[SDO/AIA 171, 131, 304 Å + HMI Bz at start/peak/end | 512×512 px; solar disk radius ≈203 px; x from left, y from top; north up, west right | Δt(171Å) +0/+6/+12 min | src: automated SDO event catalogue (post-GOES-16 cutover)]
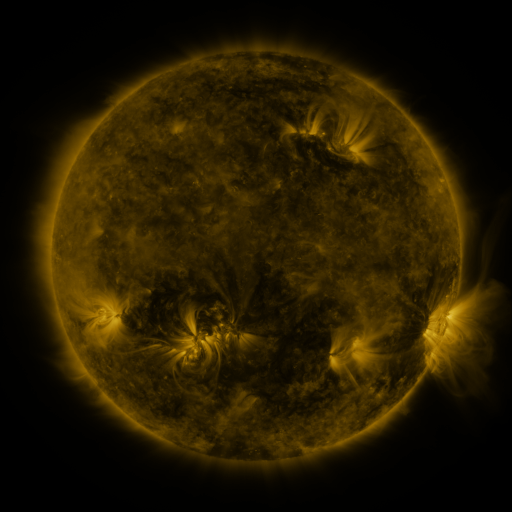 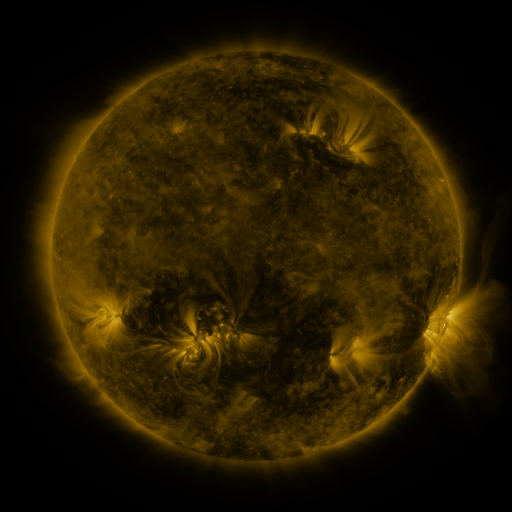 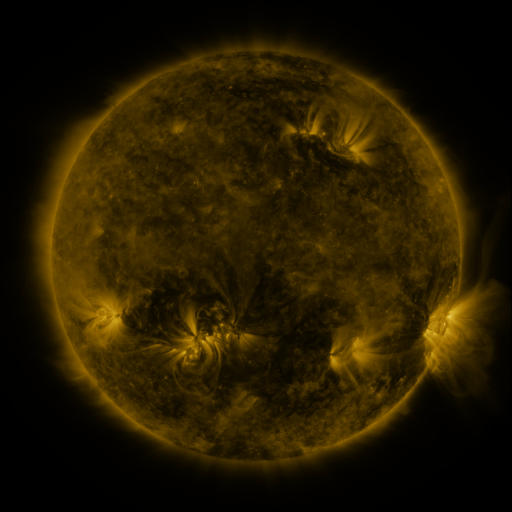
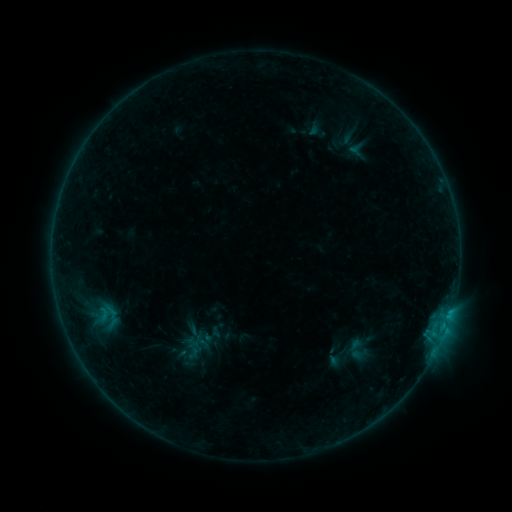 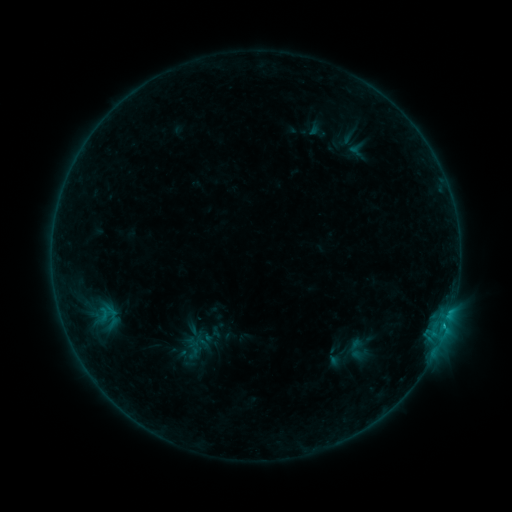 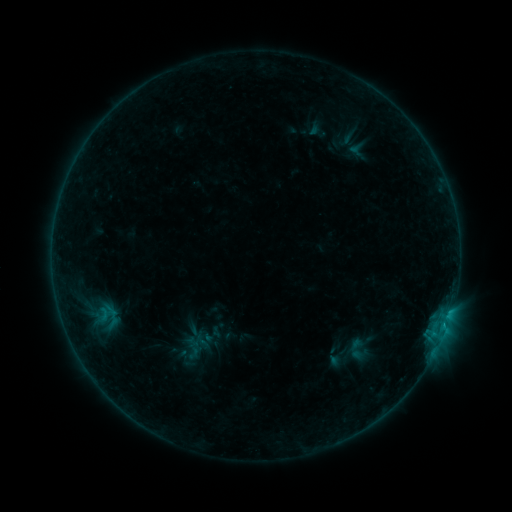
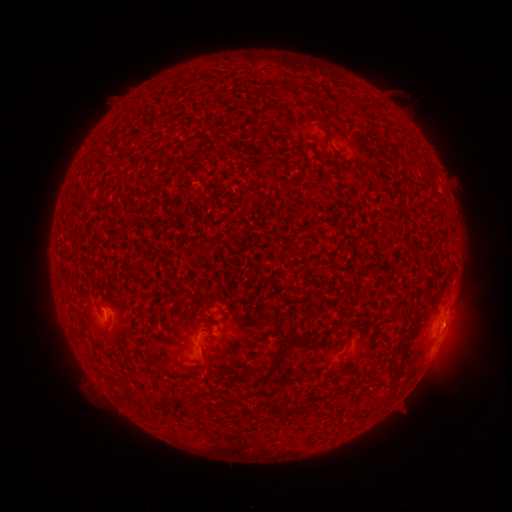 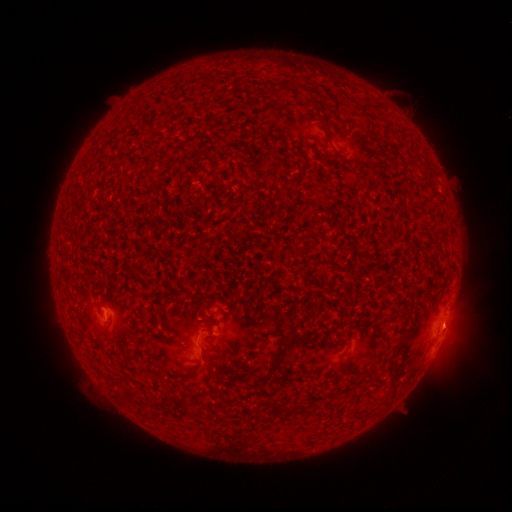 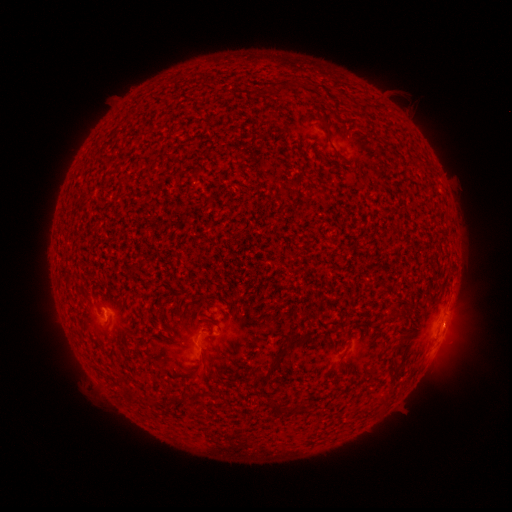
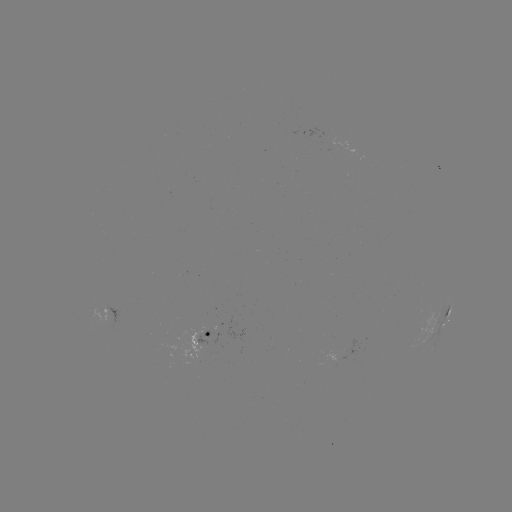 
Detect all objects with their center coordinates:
B4.9 flare: (444, 325)
